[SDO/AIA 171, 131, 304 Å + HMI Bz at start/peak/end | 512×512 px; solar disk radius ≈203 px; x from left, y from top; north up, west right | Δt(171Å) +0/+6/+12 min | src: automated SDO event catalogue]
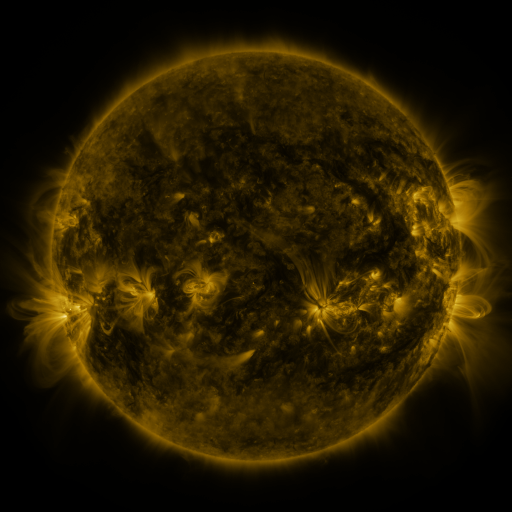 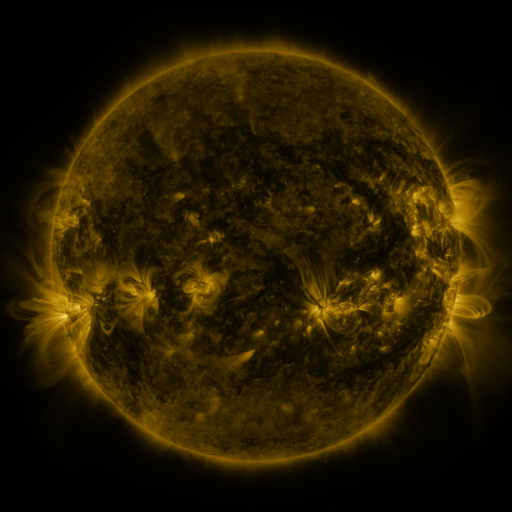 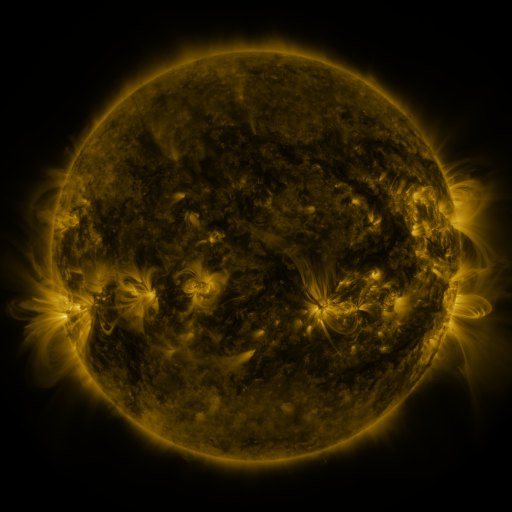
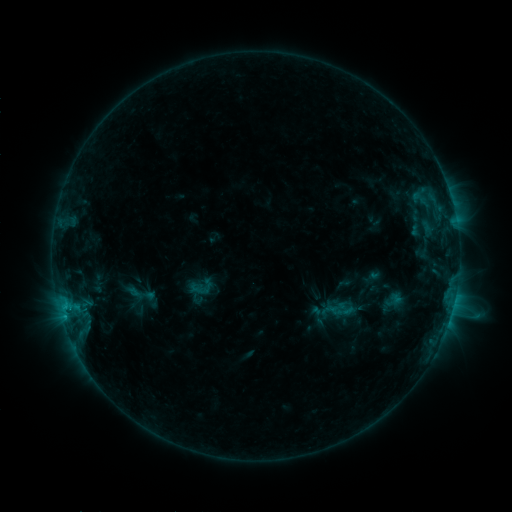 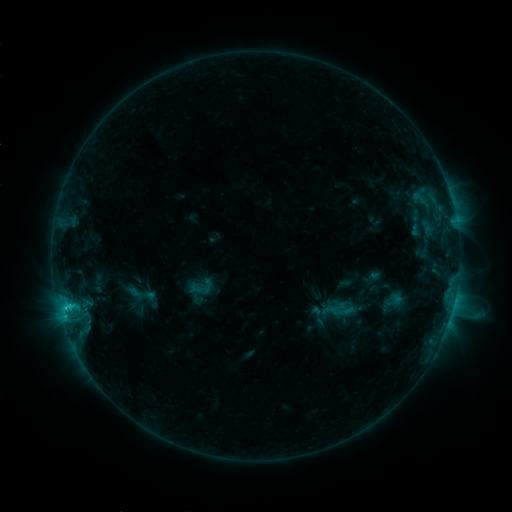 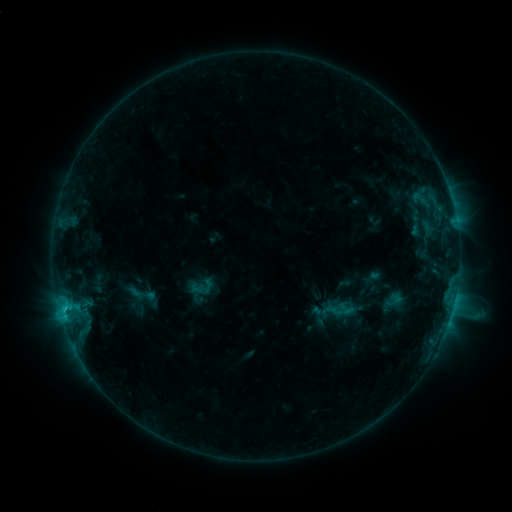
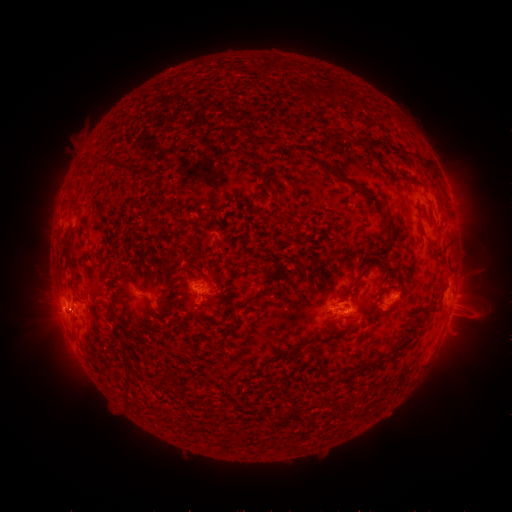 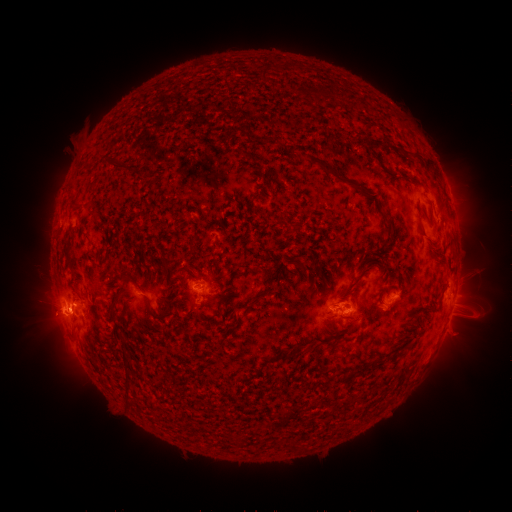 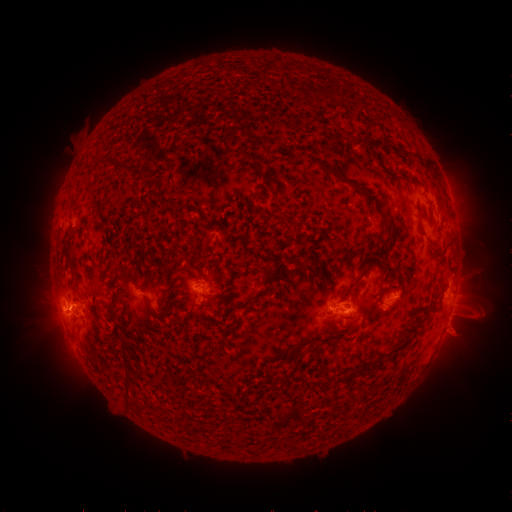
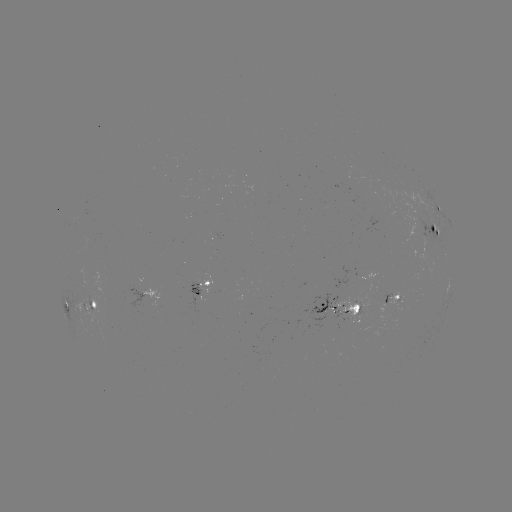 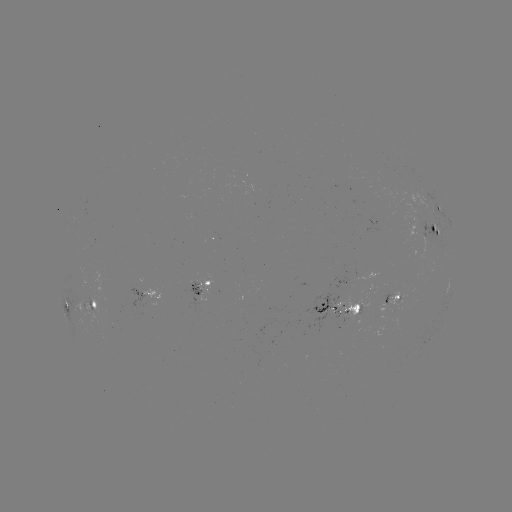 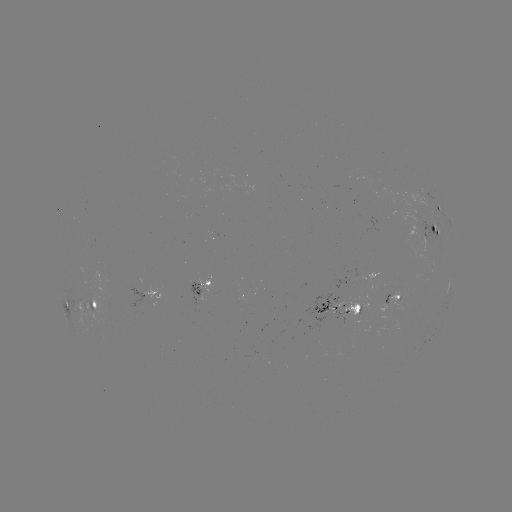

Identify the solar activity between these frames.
C2.2 flare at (69, 306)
